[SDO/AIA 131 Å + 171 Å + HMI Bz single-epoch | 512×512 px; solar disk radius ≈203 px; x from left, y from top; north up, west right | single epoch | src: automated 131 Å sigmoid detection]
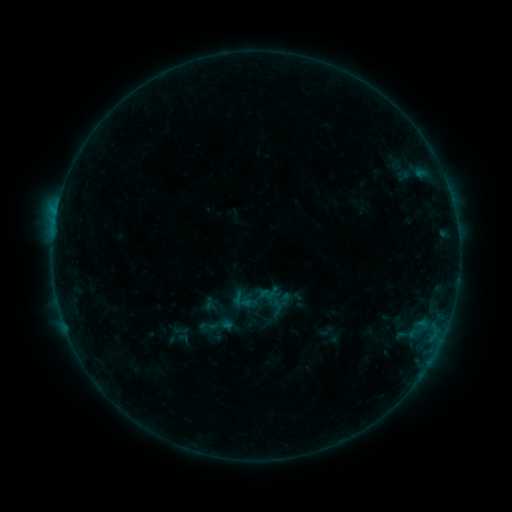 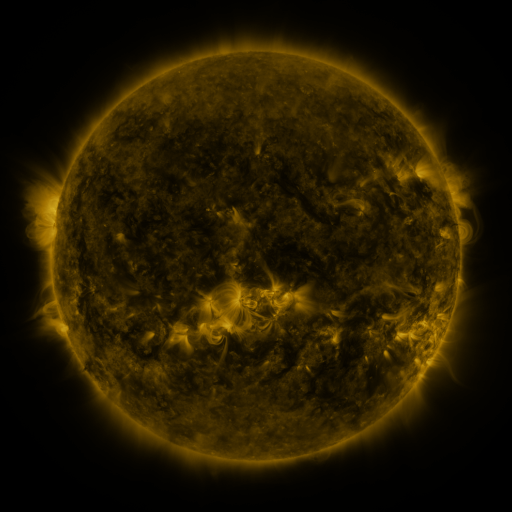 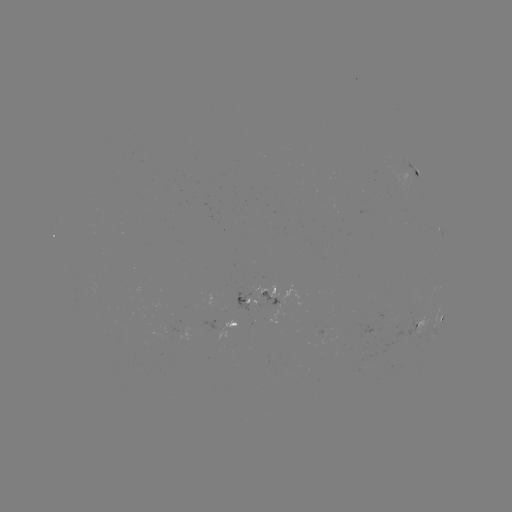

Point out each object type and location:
sigmoid: [237, 277, 281, 320]
sigmoid: [255, 313, 275, 332]
